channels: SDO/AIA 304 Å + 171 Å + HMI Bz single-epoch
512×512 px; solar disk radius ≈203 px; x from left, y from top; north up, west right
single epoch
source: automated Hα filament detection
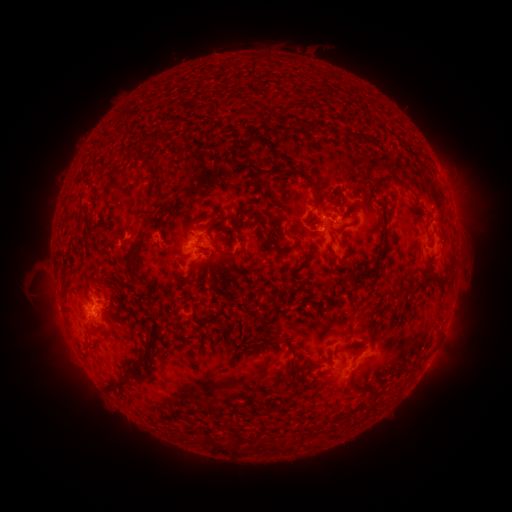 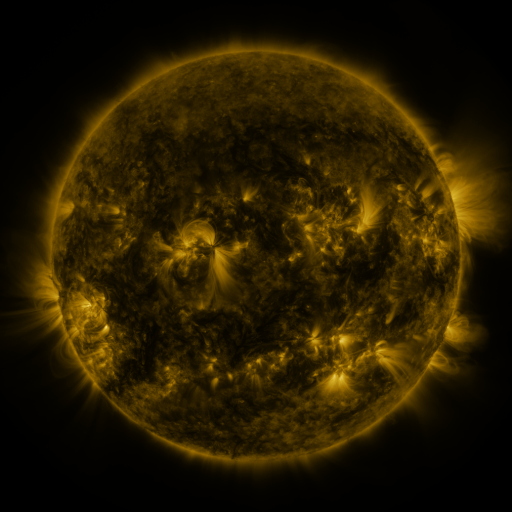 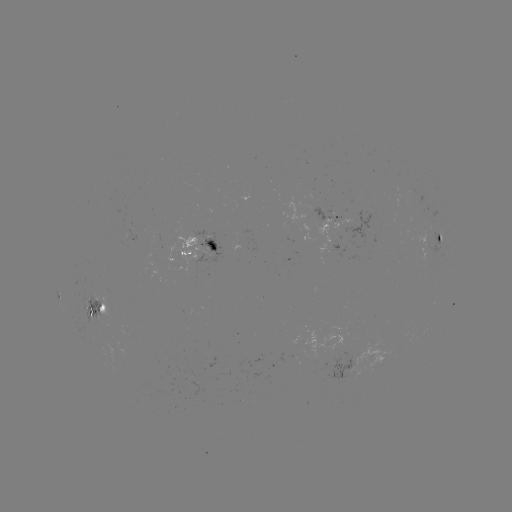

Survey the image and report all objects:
filament: <bbox>301, 124, 310, 132</bbox>
filament: <bbox>248, 127, 261, 141</bbox>
filament: <bbox>150, 163, 165, 198</bbox>
filament: <bbox>310, 183, 322, 201</bbox>
filament: <bbox>232, 211, 240, 224</bbox>
filament: <bbox>314, 220, 324, 226</bbox>
filament: <bbox>332, 224, 347, 234</bbox>
filament: <bbox>295, 240, 306, 250</bbox>
filament: <bbox>126, 242, 143, 271</bbox>
filament: <bbox>336, 264, 349, 271</bbox>
filament: <bbox>177, 270, 186, 279</bbox>
filament: <bbox>98, 302, 105, 311</bbox>
filament: <bbox>242, 313, 252, 323</bbox>
filament: <bbox>258, 337, 281, 346</bbox>
filament: <bbox>113, 339, 154, 386</bbox>
filament: <bbox>286, 355, 295, 377</bbox>
